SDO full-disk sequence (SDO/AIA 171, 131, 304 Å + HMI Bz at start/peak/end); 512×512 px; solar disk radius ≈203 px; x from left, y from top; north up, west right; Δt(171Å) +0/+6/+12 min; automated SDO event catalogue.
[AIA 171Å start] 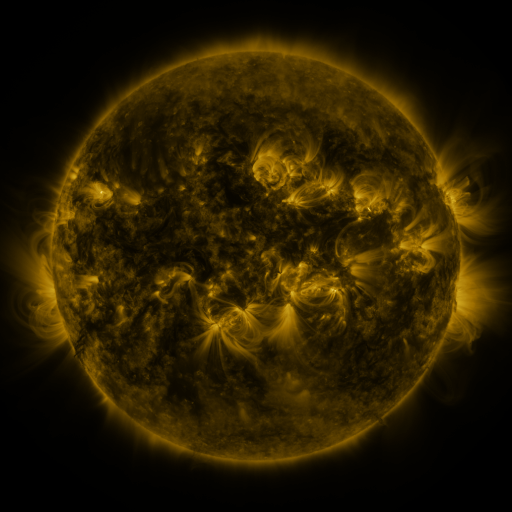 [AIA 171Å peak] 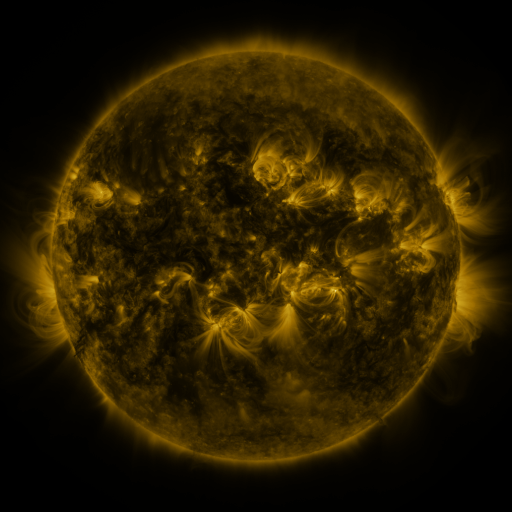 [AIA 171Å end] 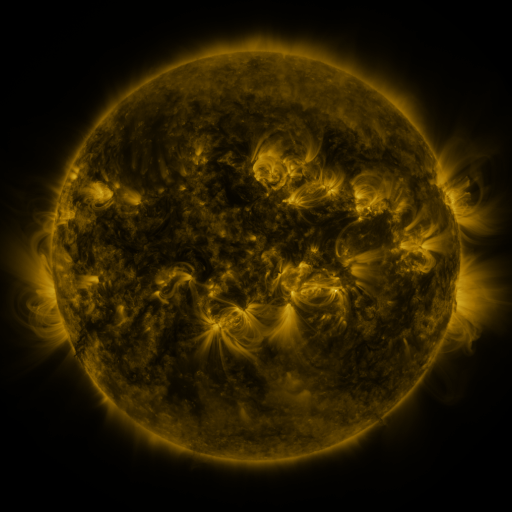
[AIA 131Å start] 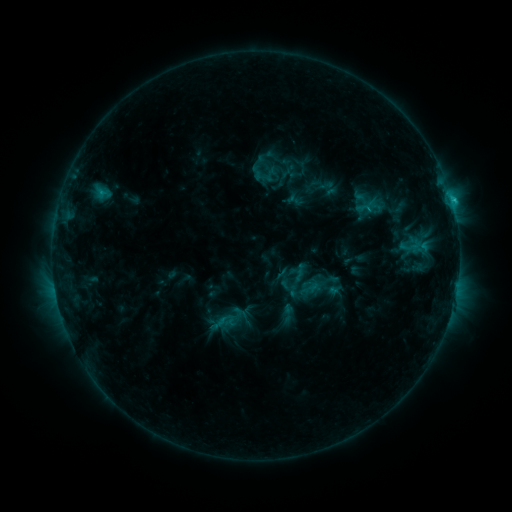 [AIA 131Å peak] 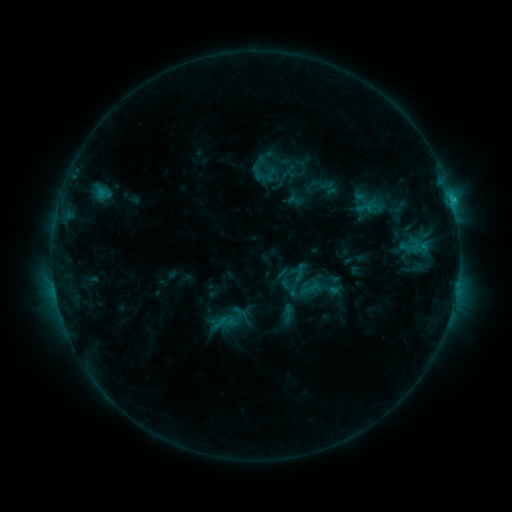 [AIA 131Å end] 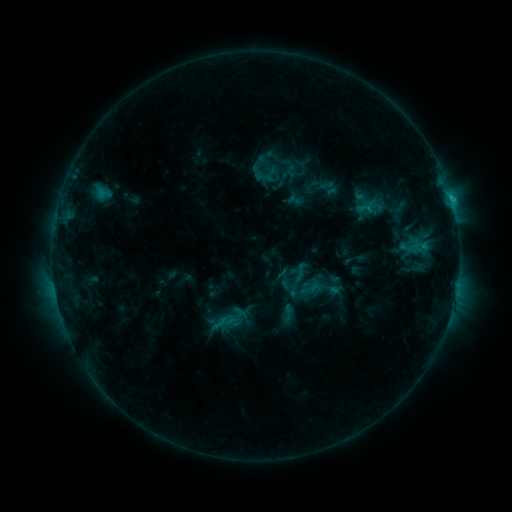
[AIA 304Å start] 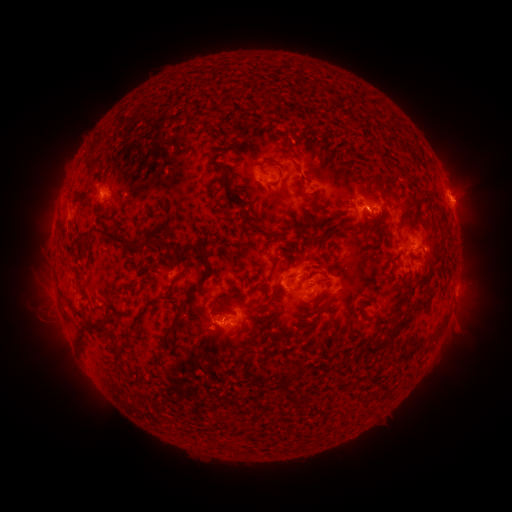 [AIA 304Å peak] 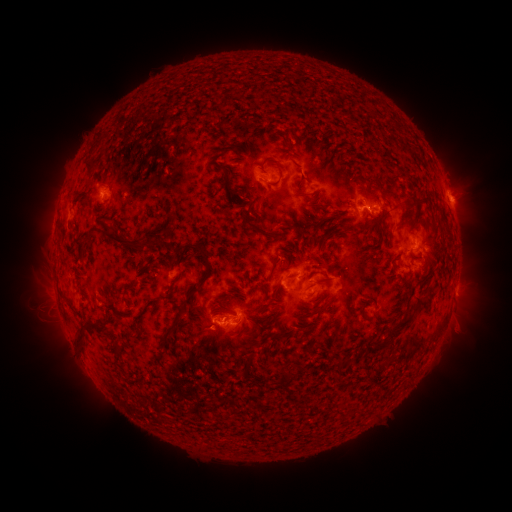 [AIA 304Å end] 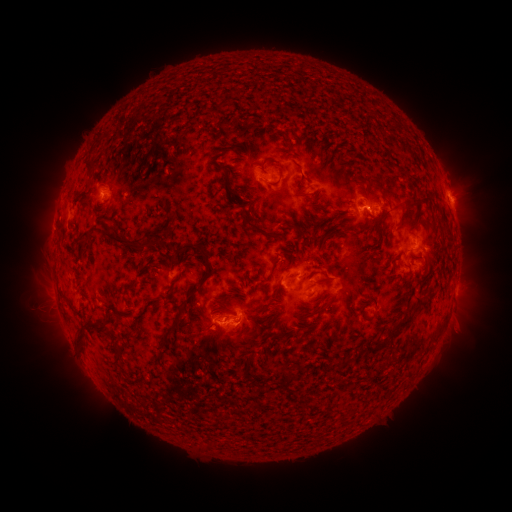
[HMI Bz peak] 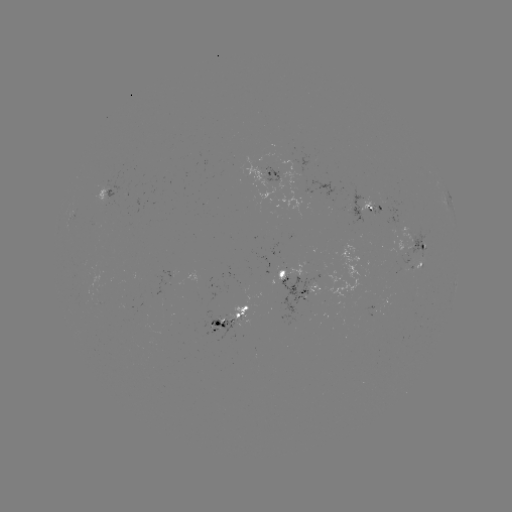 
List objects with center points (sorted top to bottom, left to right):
eruption: (206, 339)
